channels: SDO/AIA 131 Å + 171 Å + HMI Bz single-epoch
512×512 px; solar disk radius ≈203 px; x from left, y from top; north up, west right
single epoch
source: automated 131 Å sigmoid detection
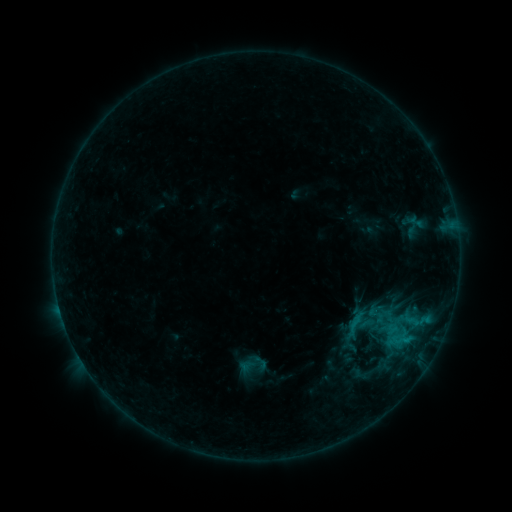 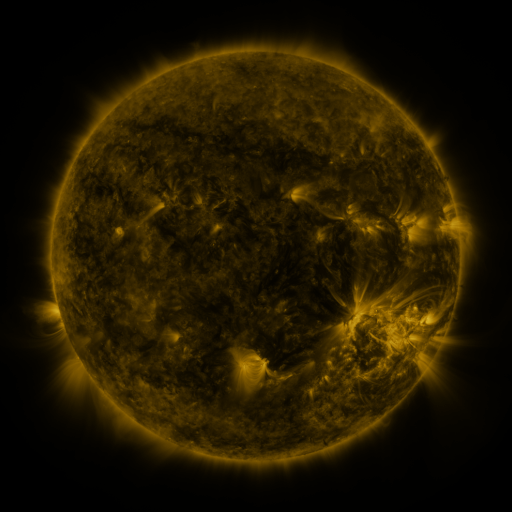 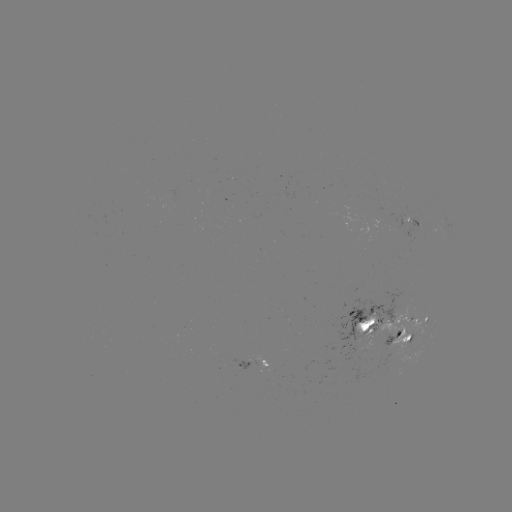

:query sigmoid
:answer [260, 363]